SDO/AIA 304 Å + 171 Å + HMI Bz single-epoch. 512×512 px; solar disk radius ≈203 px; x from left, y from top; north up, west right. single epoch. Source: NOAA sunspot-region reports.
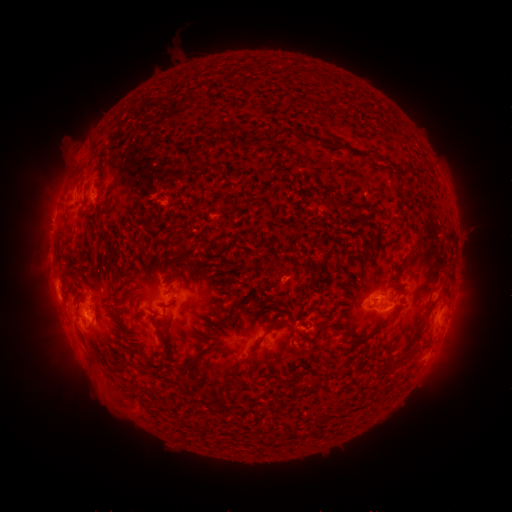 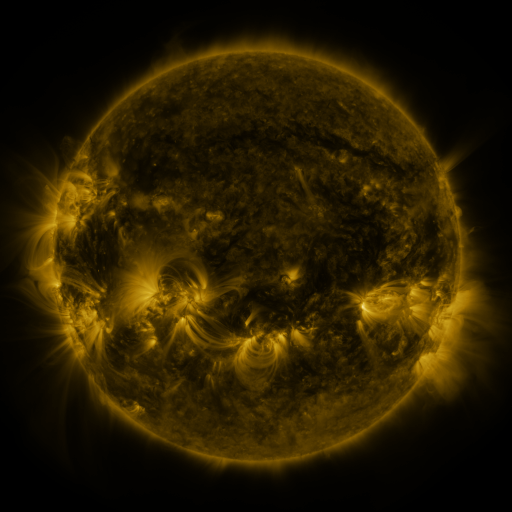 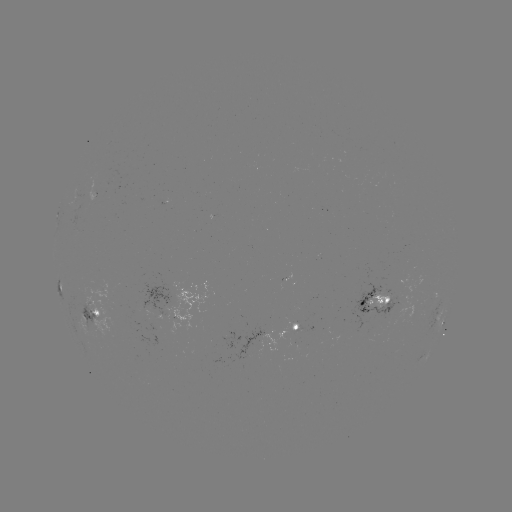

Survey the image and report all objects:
spotted active region: (61, 287)
spotted active region: (375, 301)
spotted active region: (91, 311)
spotted active region: (444, 322)
spotted active region: (295, 328)
